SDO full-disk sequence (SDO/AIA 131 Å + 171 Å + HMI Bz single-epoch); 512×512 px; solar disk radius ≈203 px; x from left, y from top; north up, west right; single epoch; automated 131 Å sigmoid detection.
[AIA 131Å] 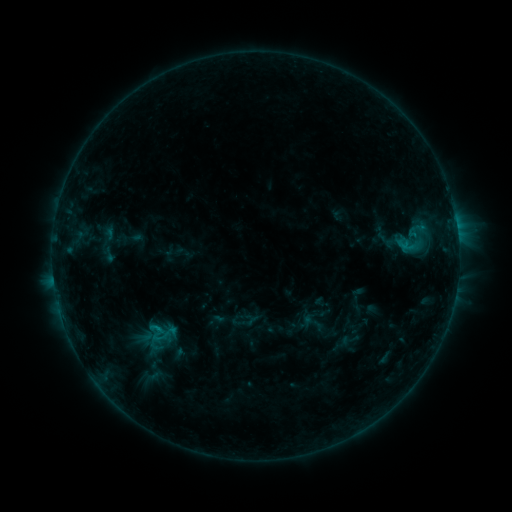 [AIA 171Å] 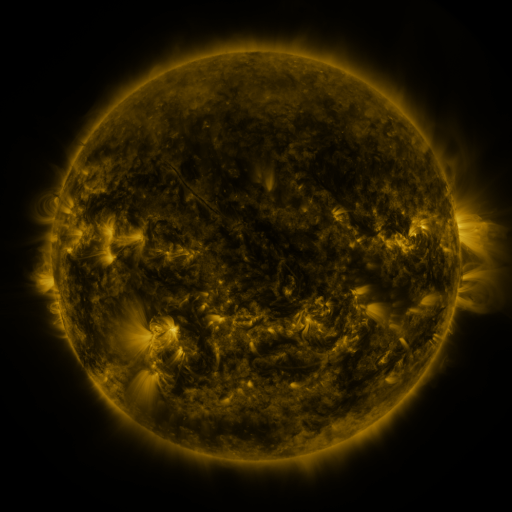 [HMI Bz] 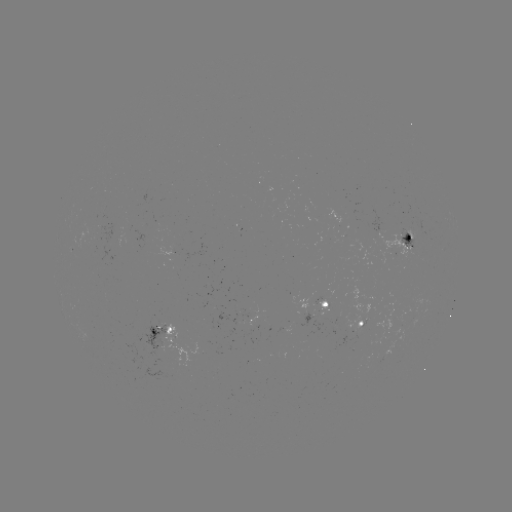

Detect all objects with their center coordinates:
sigmoid: <bbox>396, 230, 432, 260</bbox>
sigmoid: <bbox>144, 317, 171, 341</bbox>
